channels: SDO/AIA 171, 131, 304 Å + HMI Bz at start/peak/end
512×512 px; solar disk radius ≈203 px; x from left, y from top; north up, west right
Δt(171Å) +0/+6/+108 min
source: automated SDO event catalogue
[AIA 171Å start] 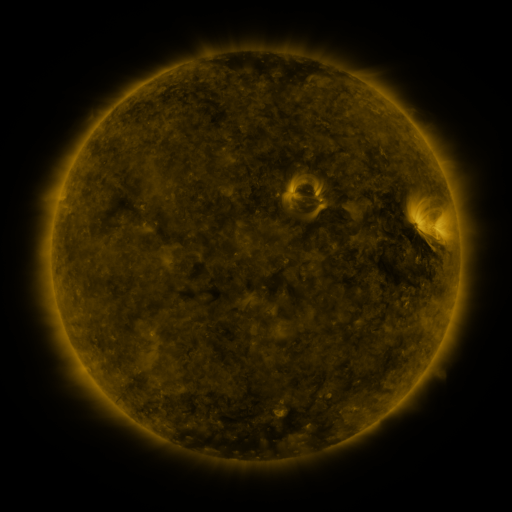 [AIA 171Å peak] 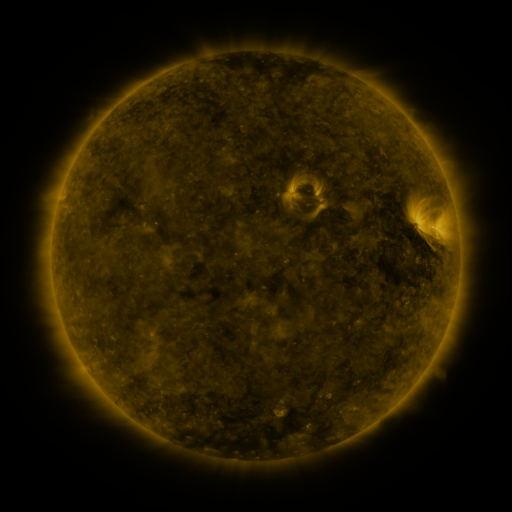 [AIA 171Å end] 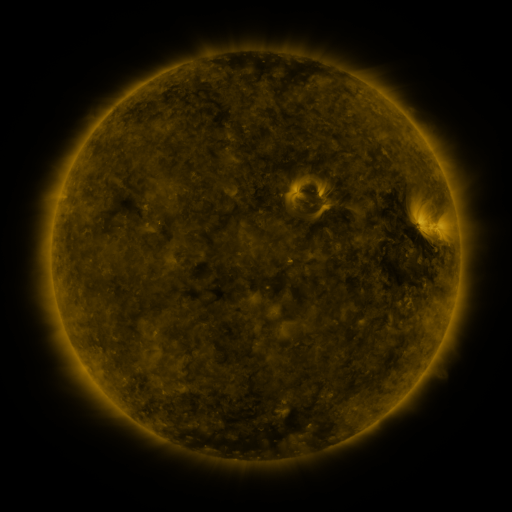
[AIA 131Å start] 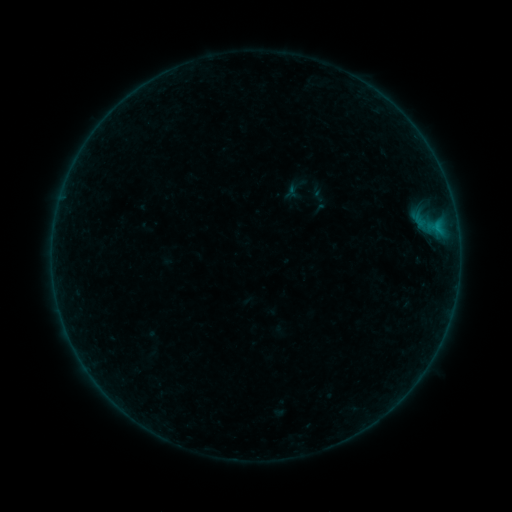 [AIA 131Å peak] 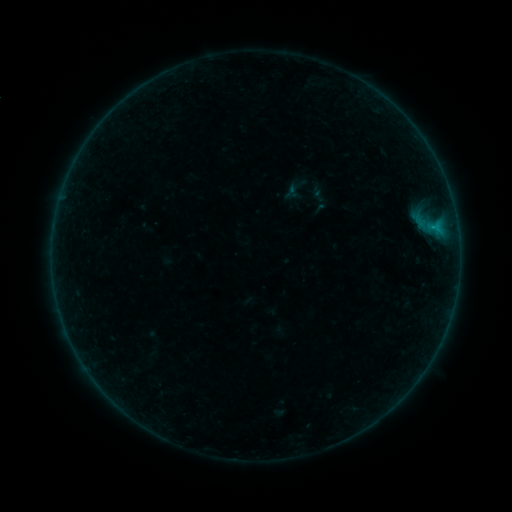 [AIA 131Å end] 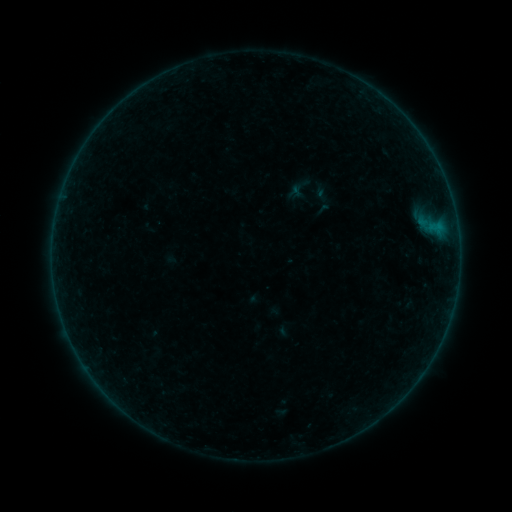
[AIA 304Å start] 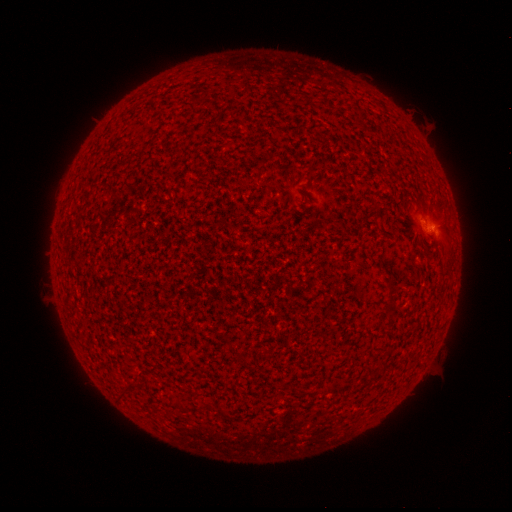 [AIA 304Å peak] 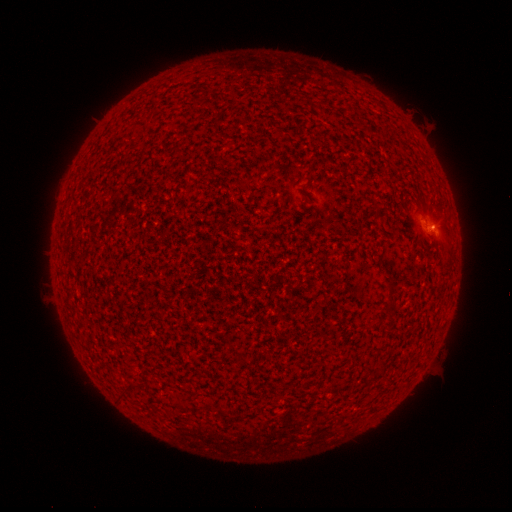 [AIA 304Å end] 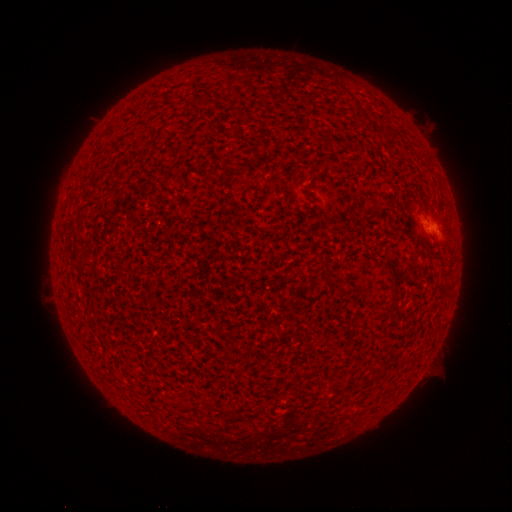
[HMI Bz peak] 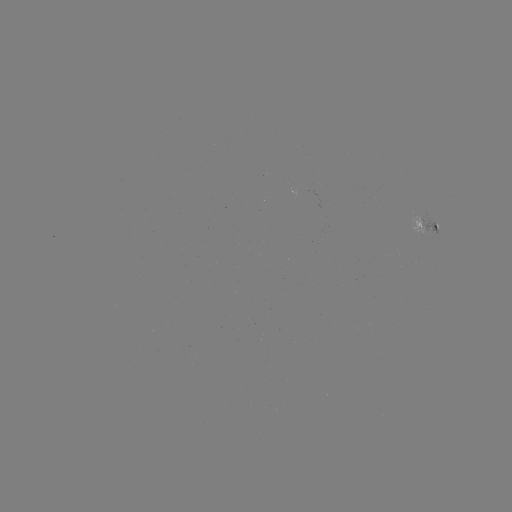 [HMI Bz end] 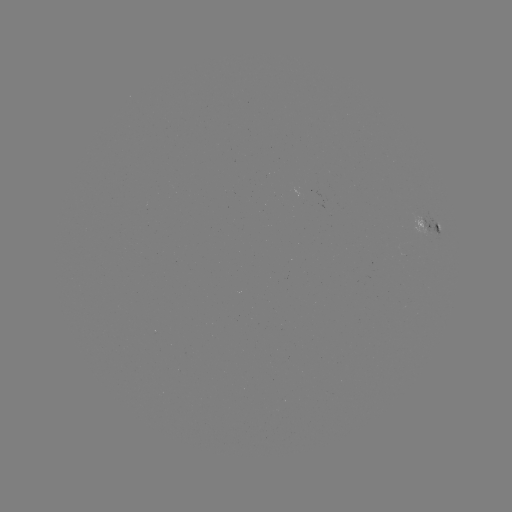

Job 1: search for B1.2 flare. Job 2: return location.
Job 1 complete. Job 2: [433, 228].